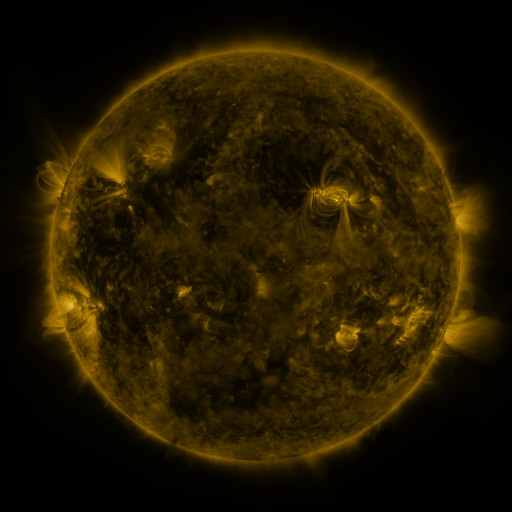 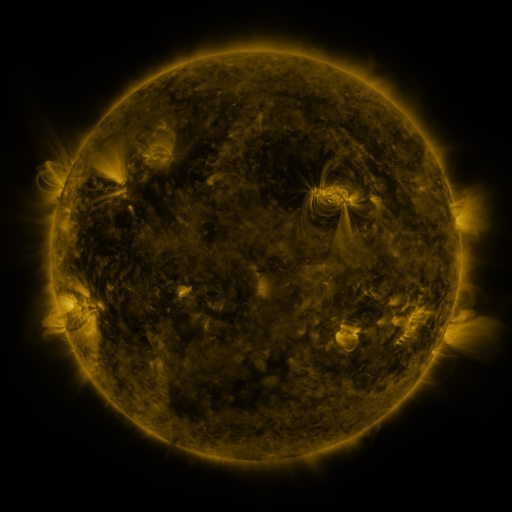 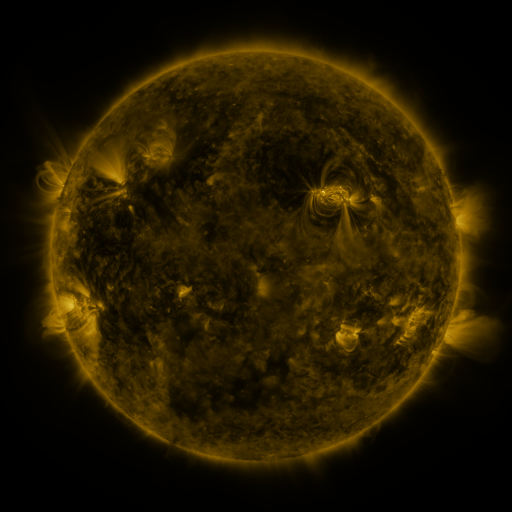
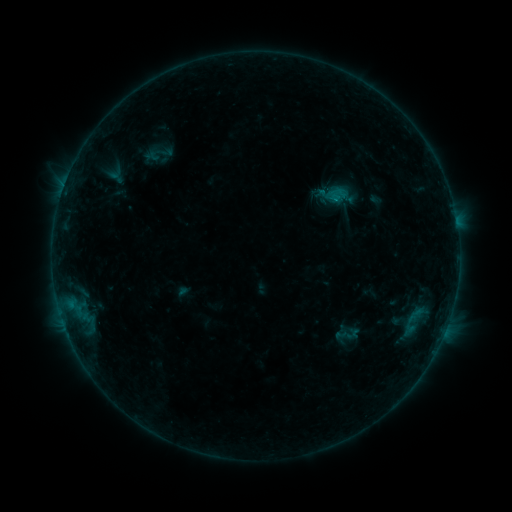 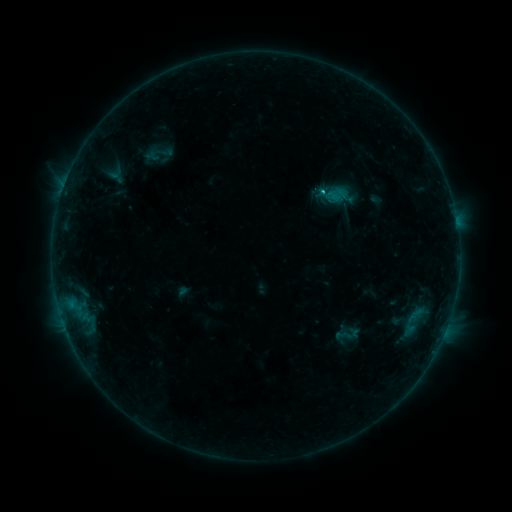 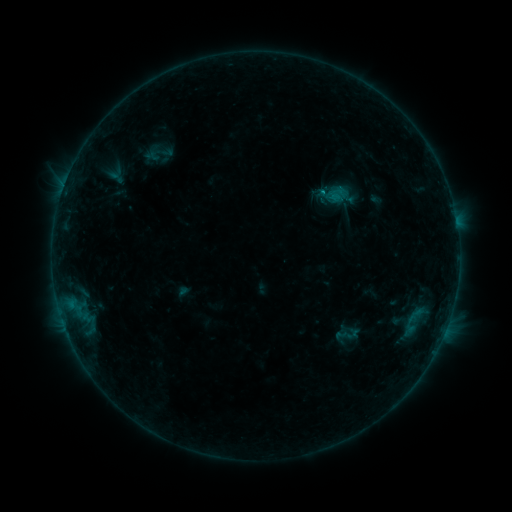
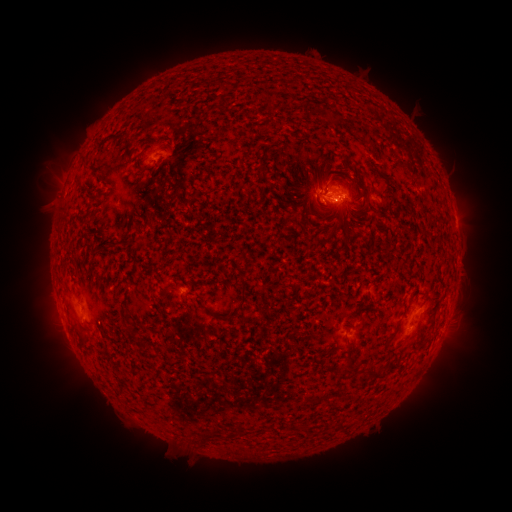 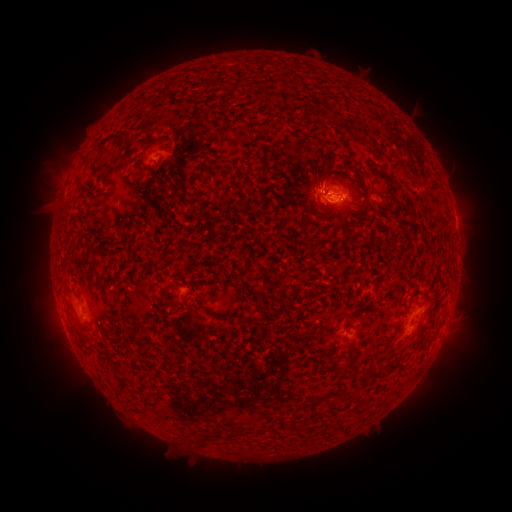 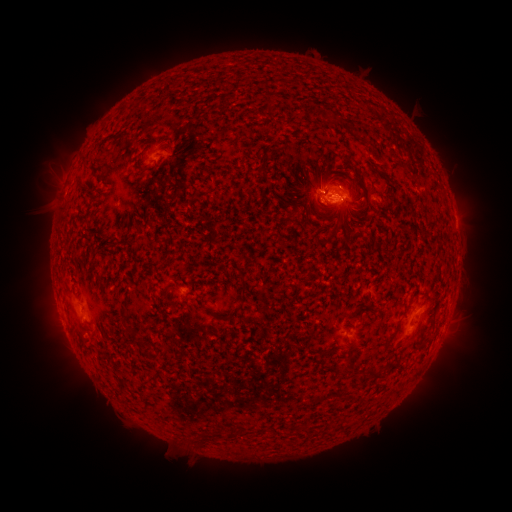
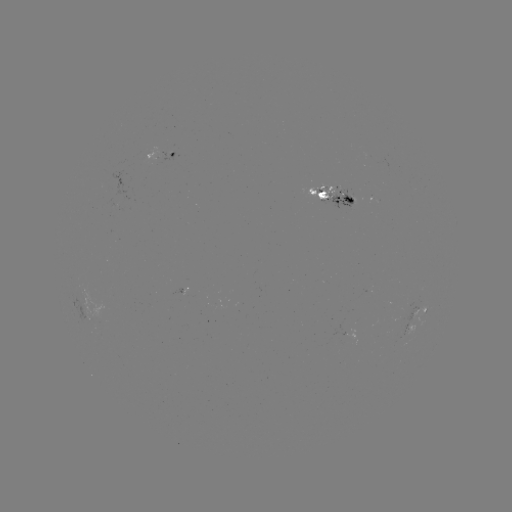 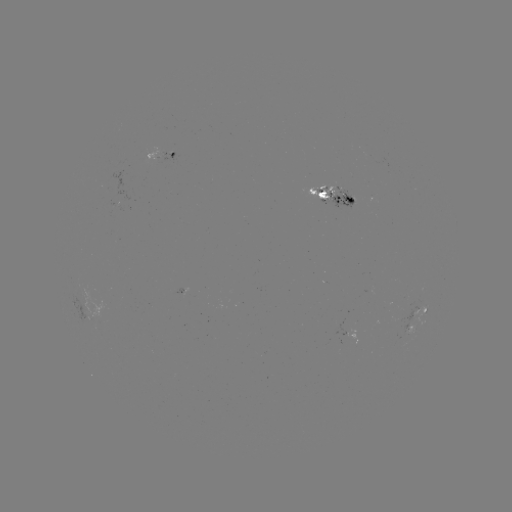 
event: flare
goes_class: B9.6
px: (334, 201)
